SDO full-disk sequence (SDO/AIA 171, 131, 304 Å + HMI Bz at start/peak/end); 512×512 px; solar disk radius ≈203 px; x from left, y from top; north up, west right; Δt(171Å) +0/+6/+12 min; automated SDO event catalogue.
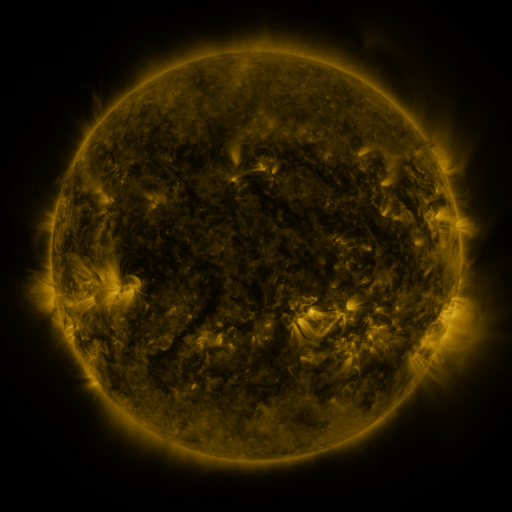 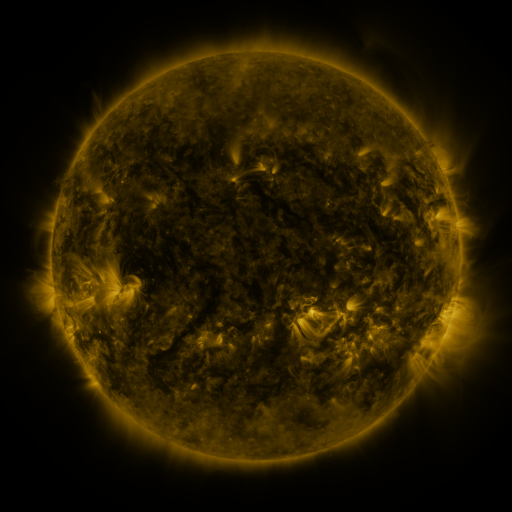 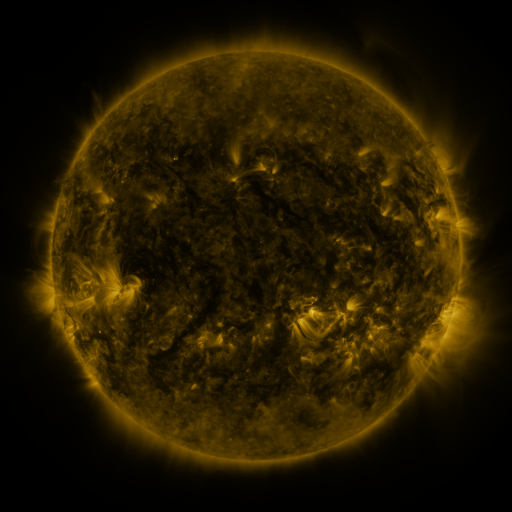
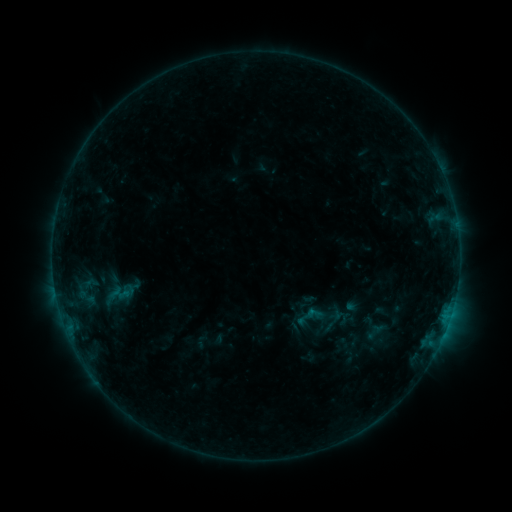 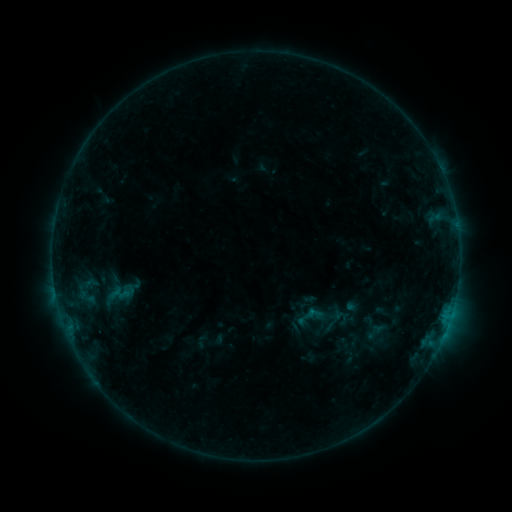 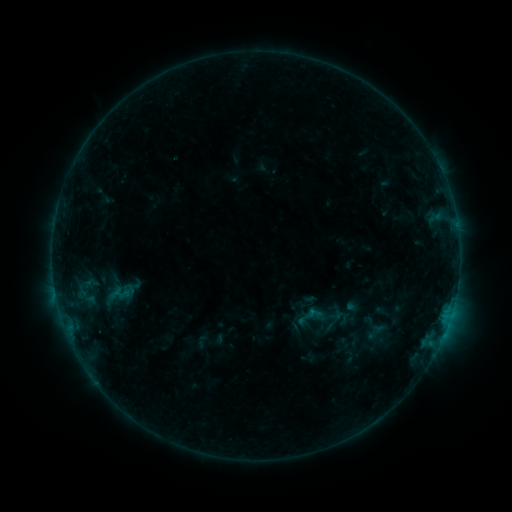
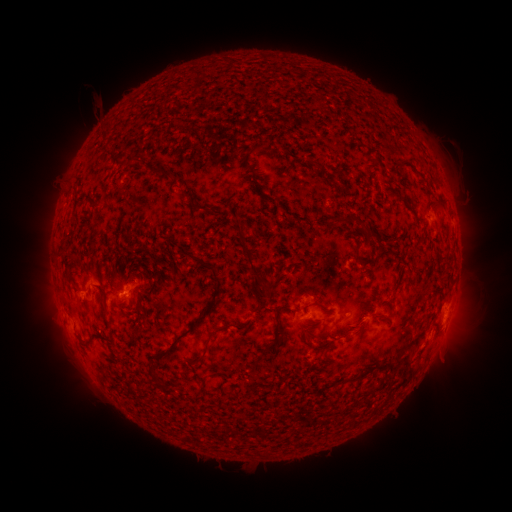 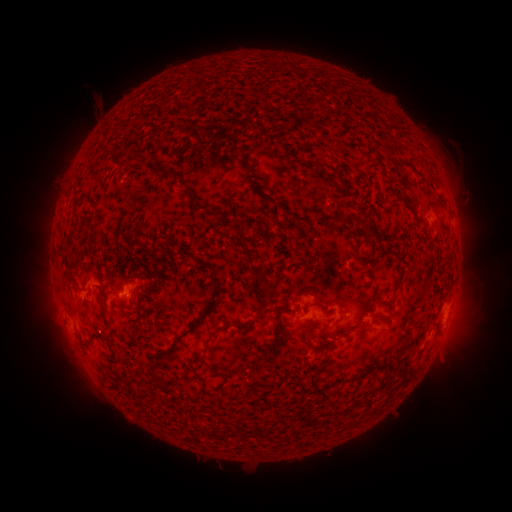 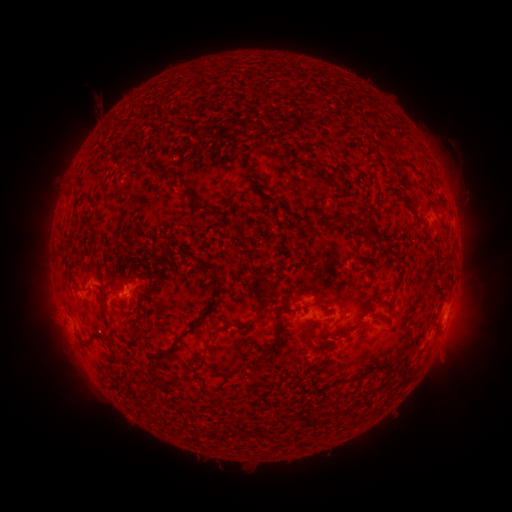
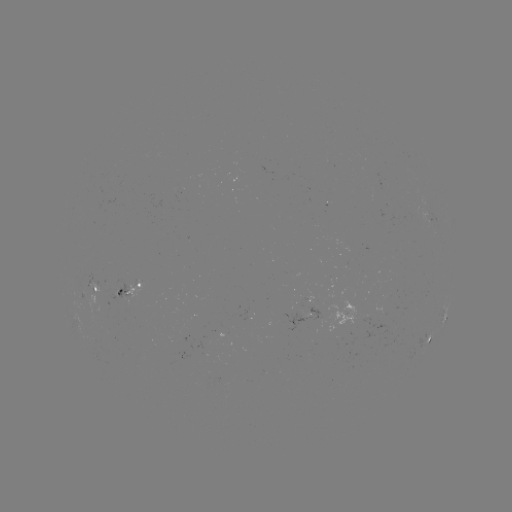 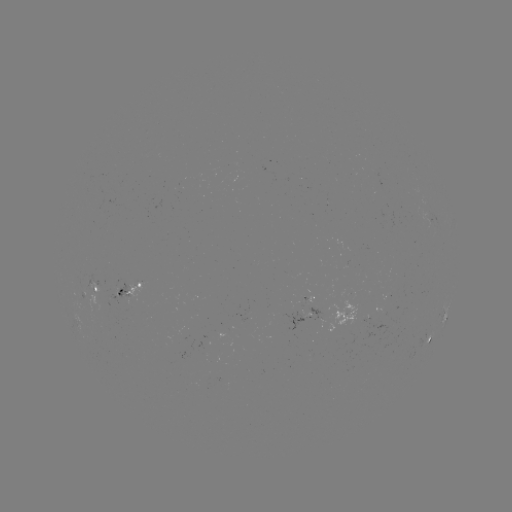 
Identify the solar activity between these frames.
no catalogued flare and no flagged EUV brightening in this window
